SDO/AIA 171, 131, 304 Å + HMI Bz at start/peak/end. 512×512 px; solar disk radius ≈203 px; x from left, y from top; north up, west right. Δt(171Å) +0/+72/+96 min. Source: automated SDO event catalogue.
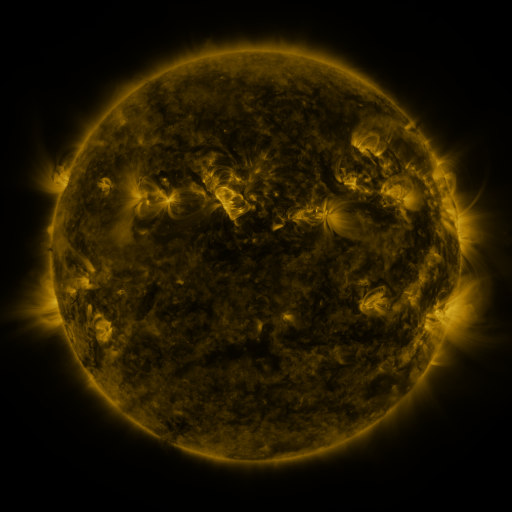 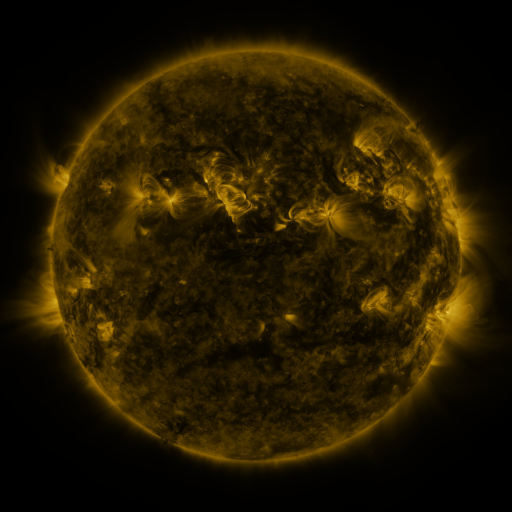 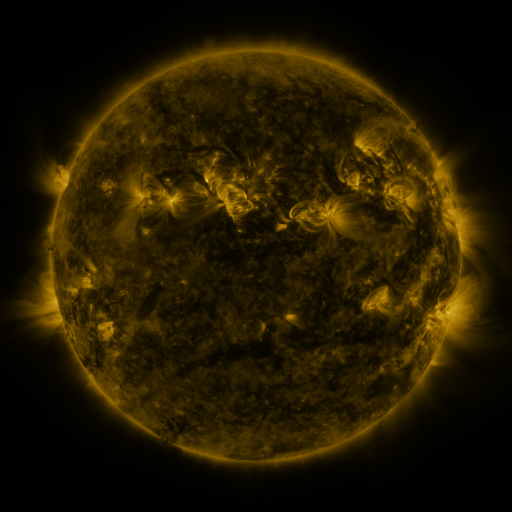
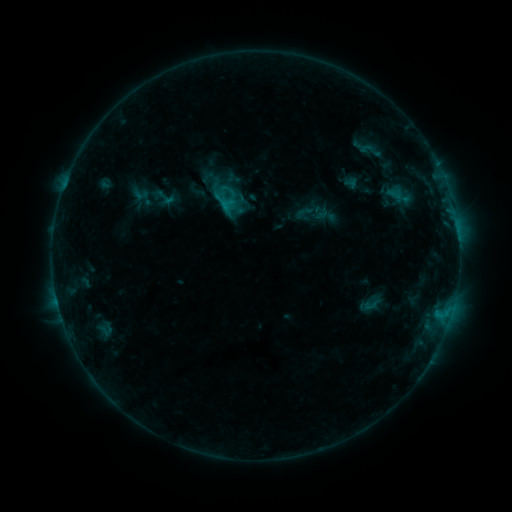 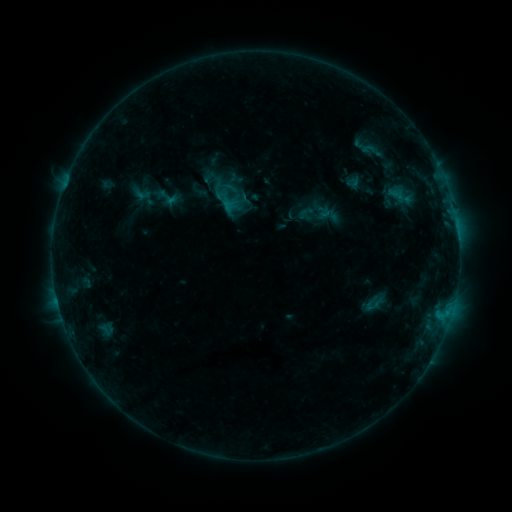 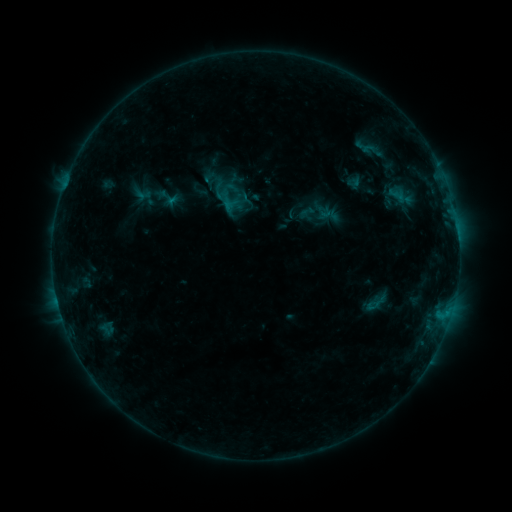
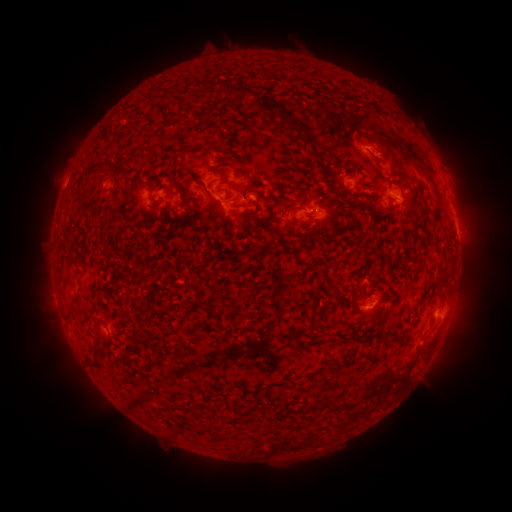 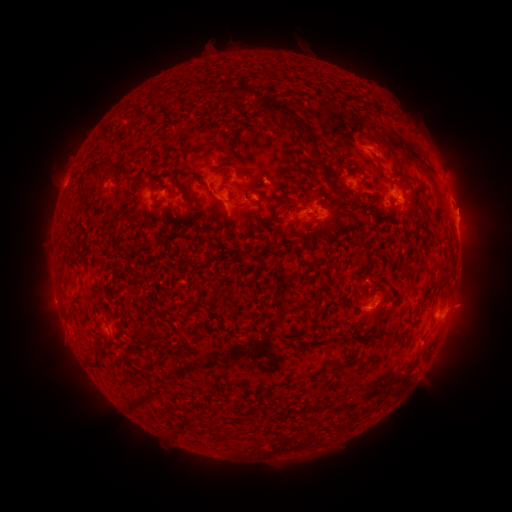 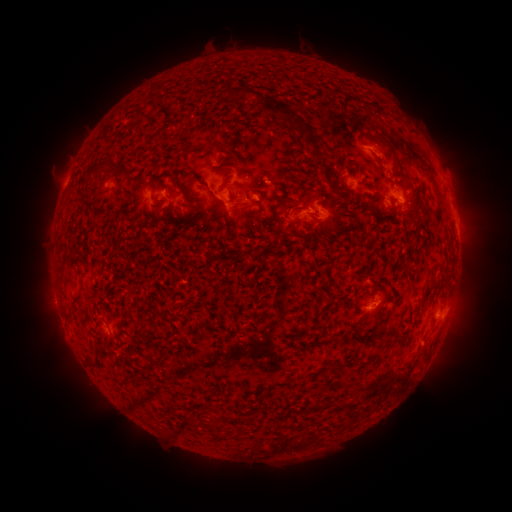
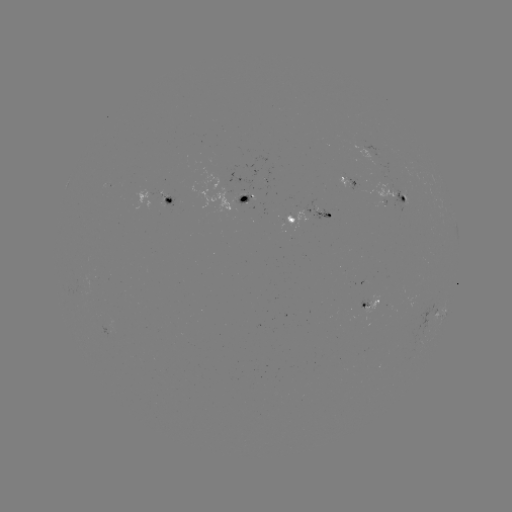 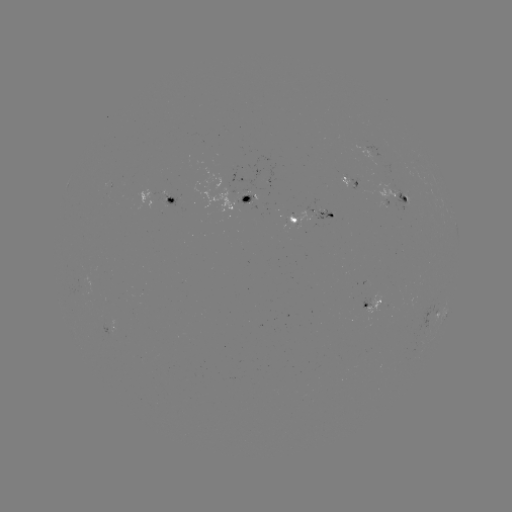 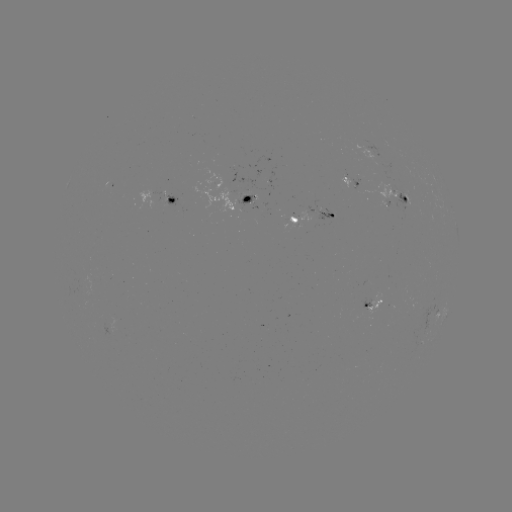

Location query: emerging-flux region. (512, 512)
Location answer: (387, 196).